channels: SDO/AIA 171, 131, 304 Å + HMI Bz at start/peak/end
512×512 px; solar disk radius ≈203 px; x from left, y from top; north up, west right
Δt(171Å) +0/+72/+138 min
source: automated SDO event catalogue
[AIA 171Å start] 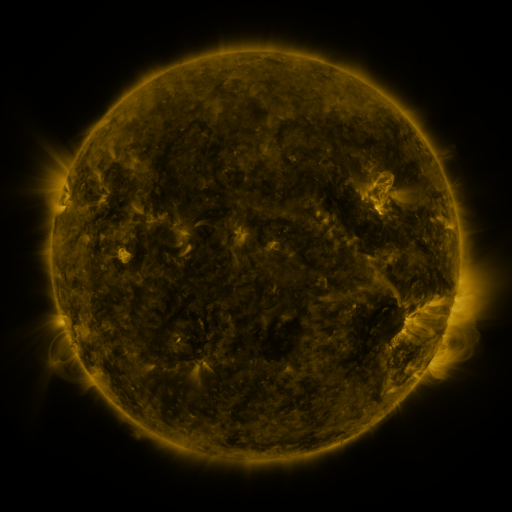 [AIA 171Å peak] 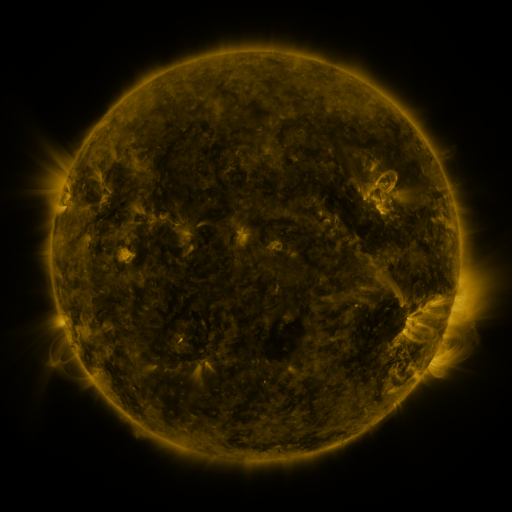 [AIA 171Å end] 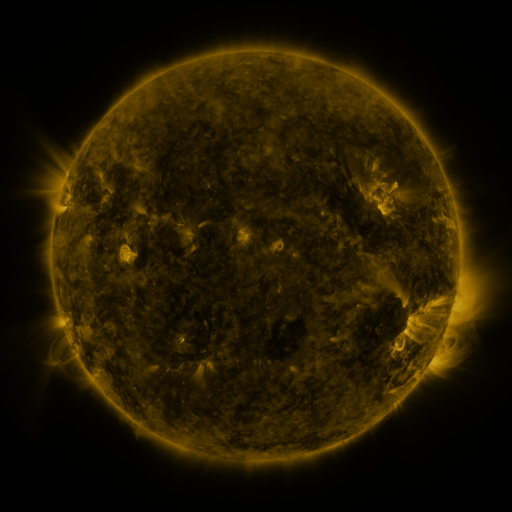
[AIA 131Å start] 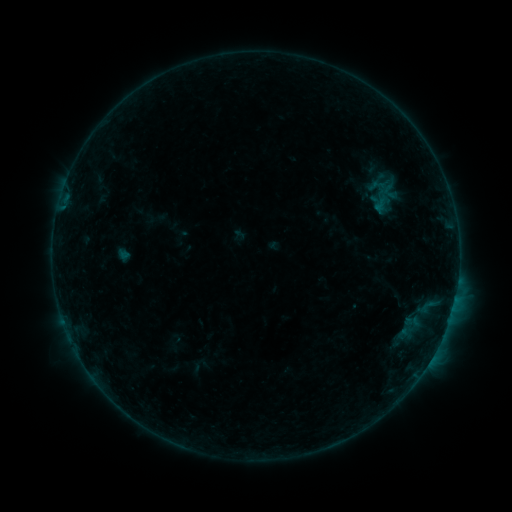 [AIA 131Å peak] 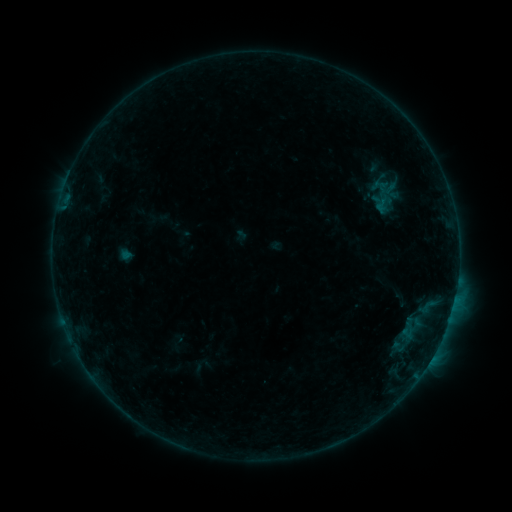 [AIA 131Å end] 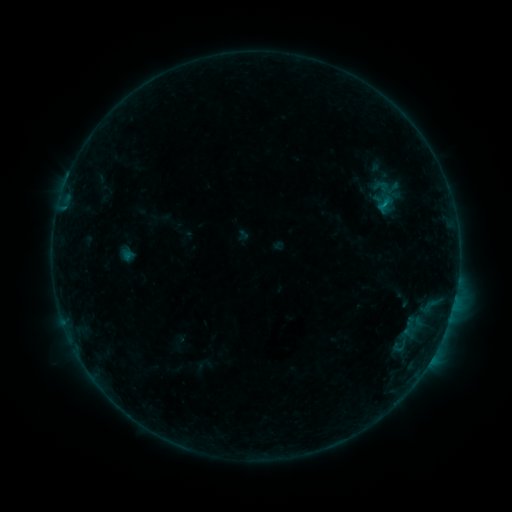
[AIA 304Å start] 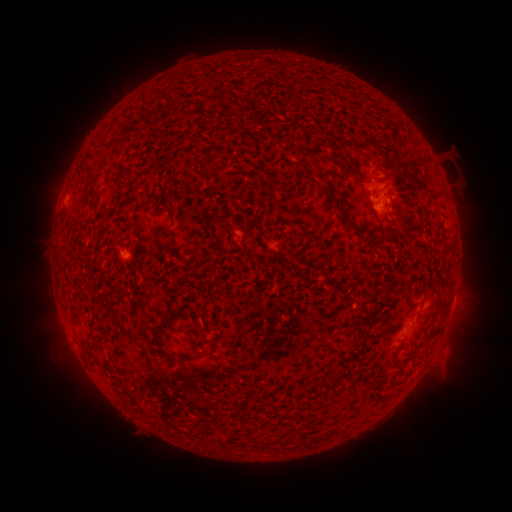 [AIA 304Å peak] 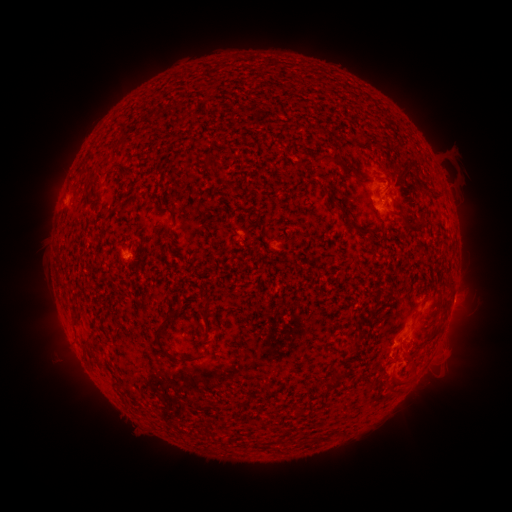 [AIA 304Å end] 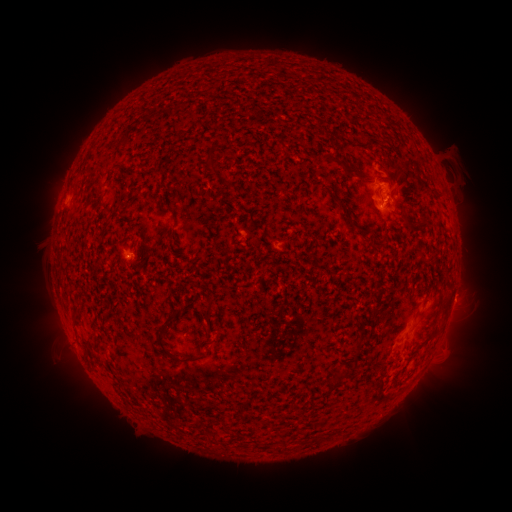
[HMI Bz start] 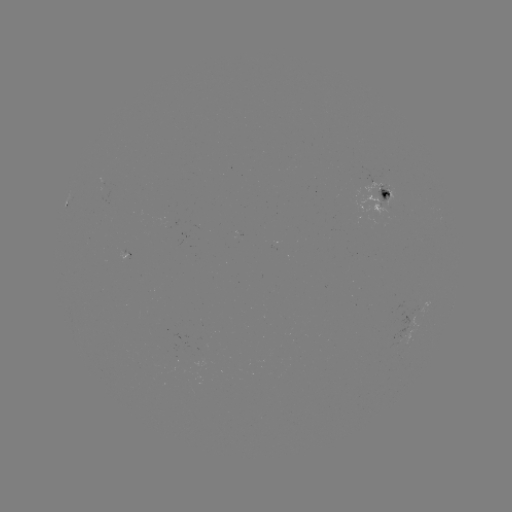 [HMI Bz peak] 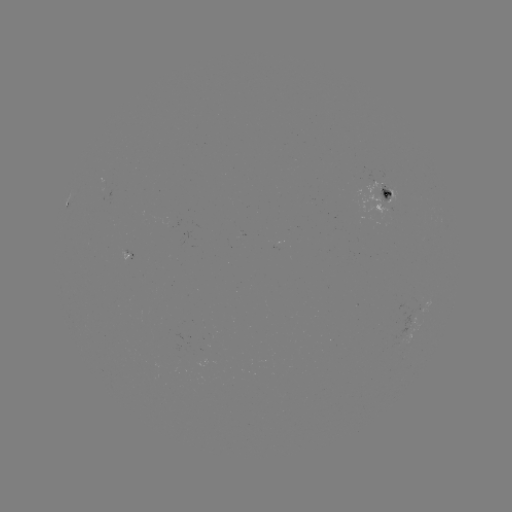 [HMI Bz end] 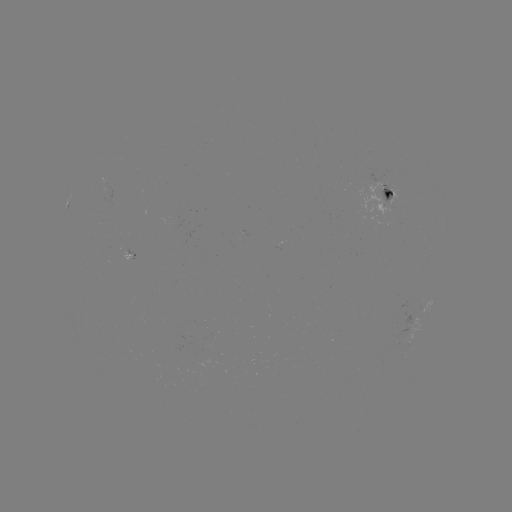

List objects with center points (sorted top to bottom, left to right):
filament eruption: (407, 372)
